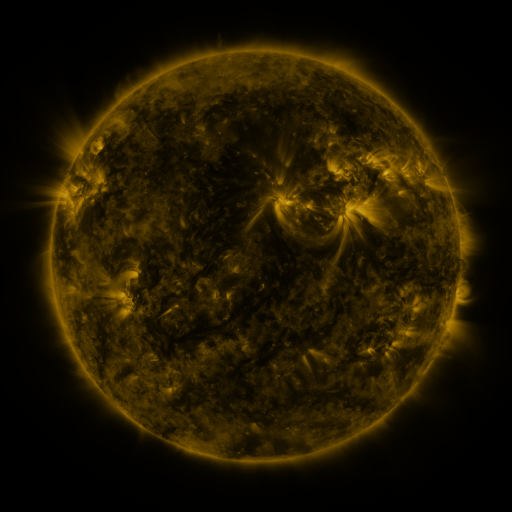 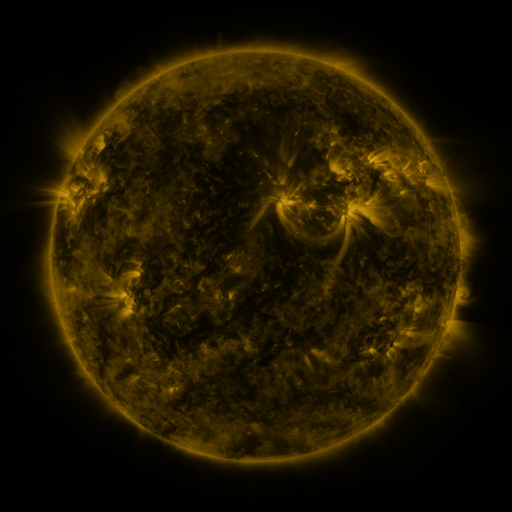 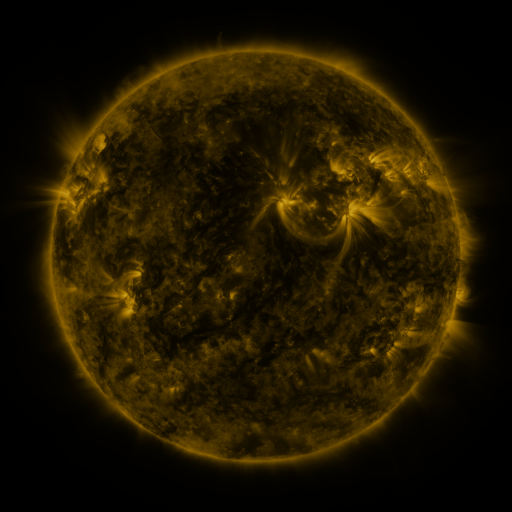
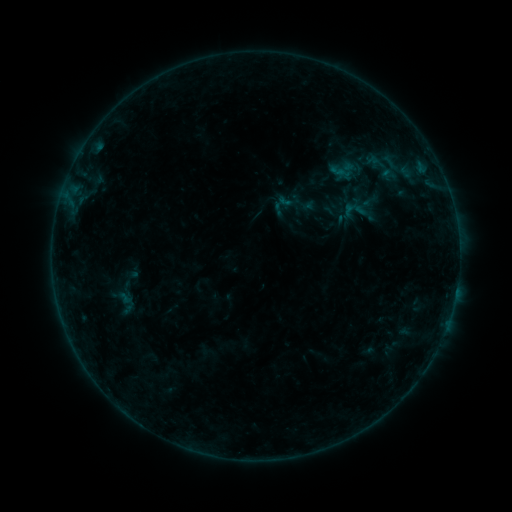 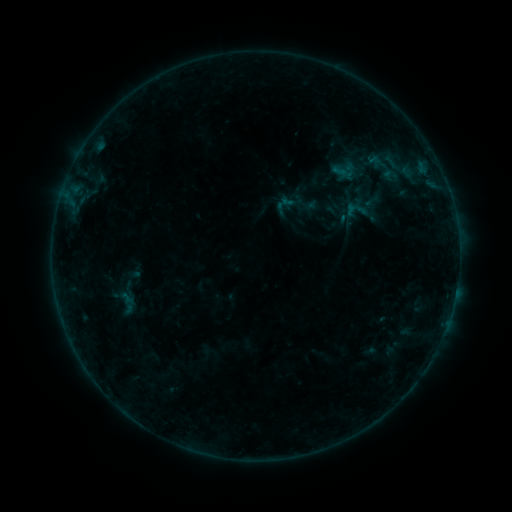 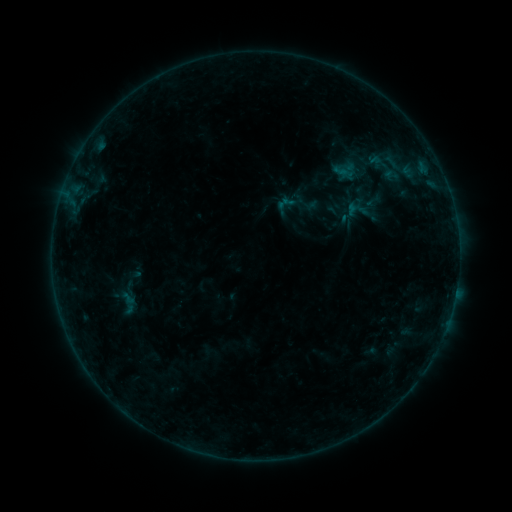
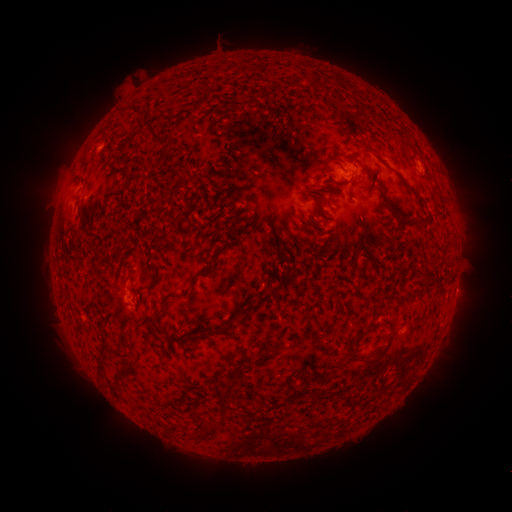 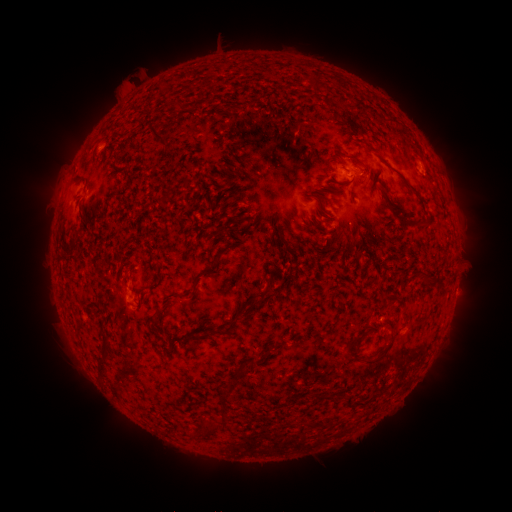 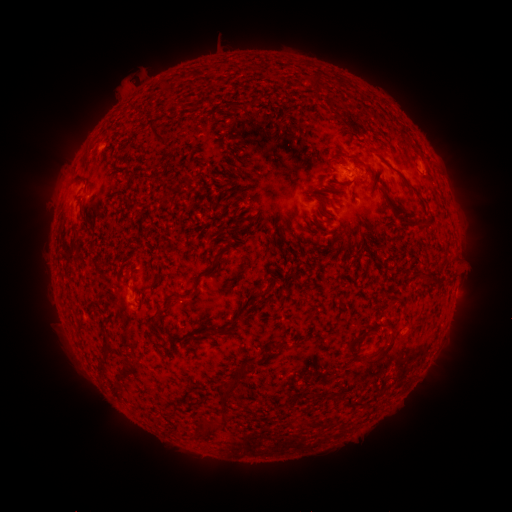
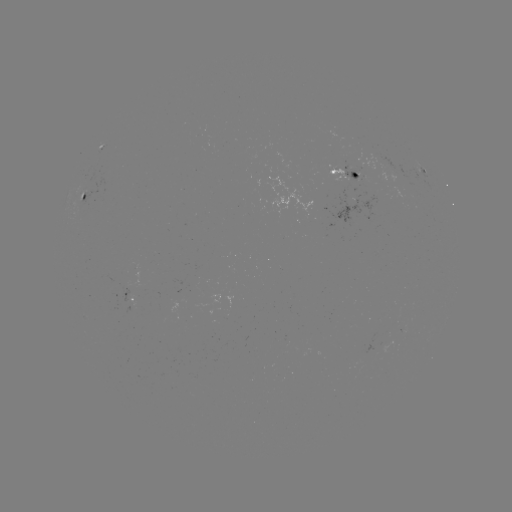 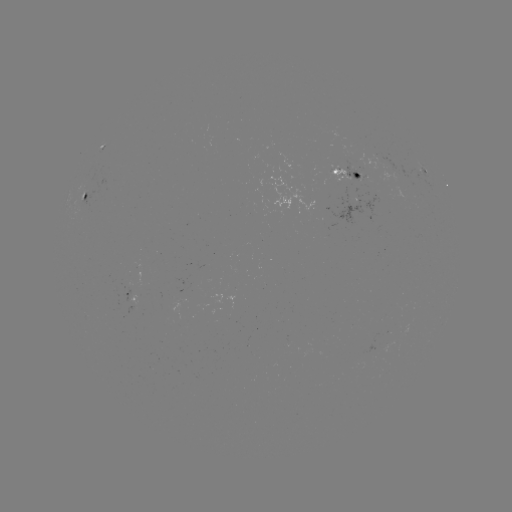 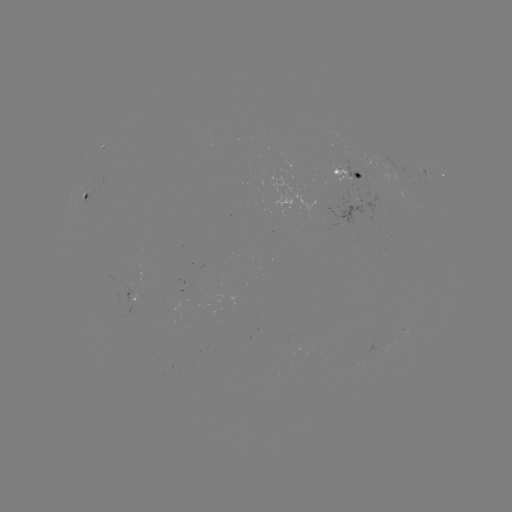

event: emerging-flux region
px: (348, 181)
